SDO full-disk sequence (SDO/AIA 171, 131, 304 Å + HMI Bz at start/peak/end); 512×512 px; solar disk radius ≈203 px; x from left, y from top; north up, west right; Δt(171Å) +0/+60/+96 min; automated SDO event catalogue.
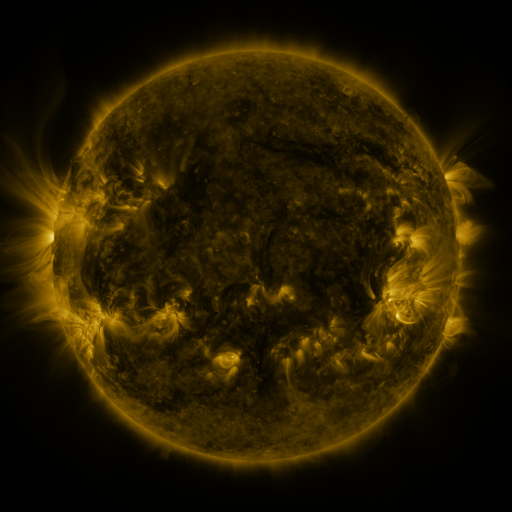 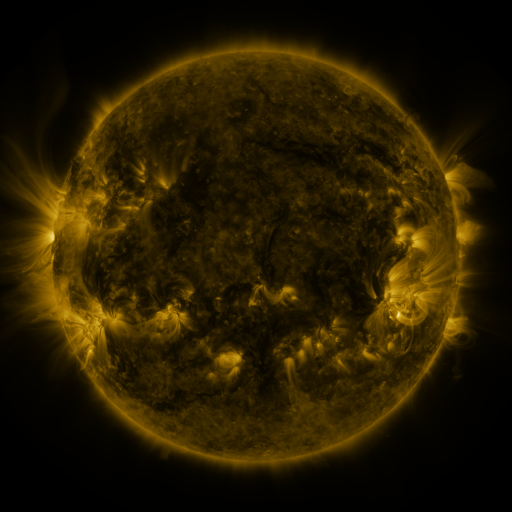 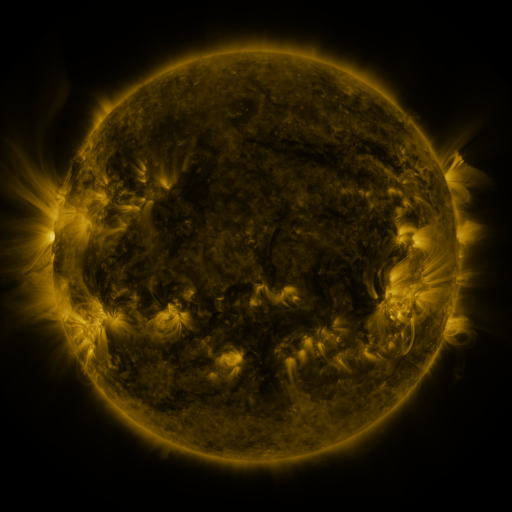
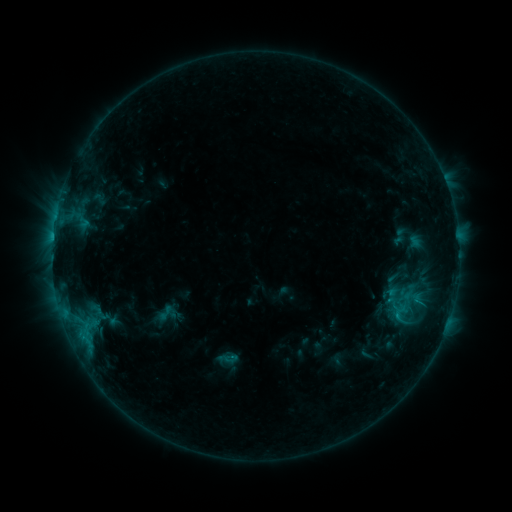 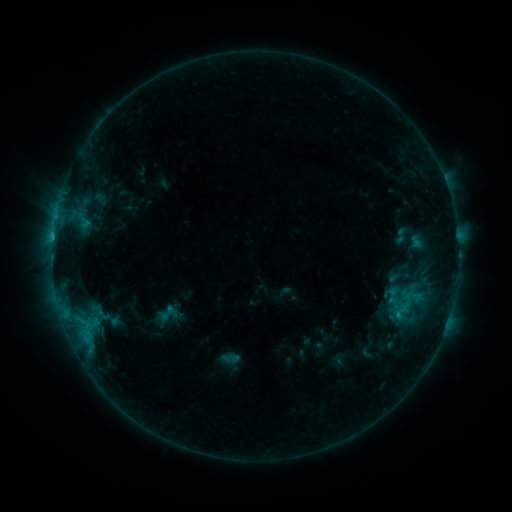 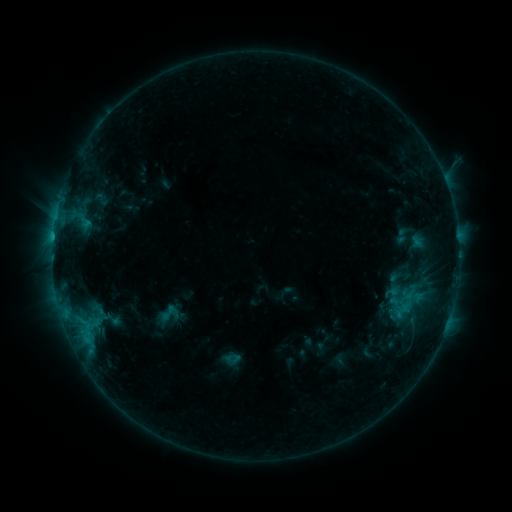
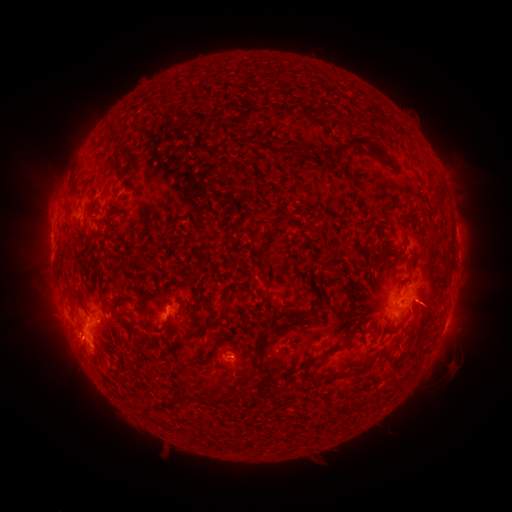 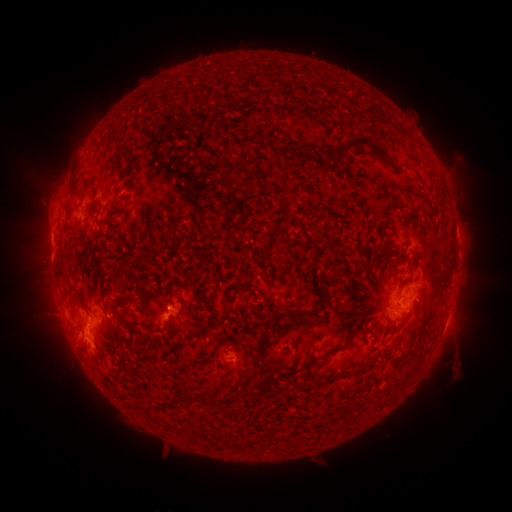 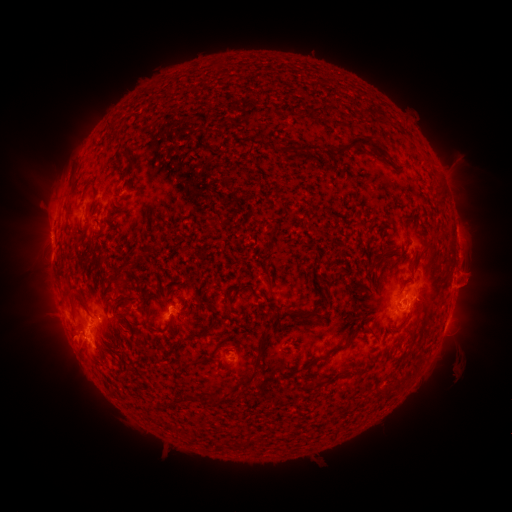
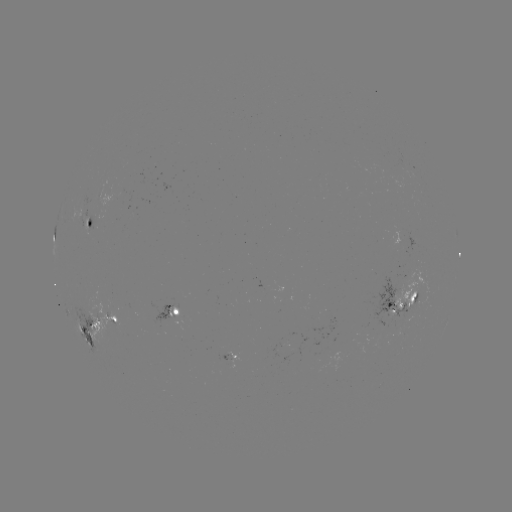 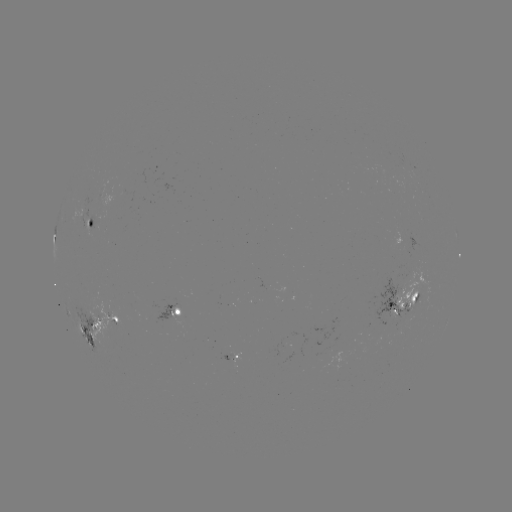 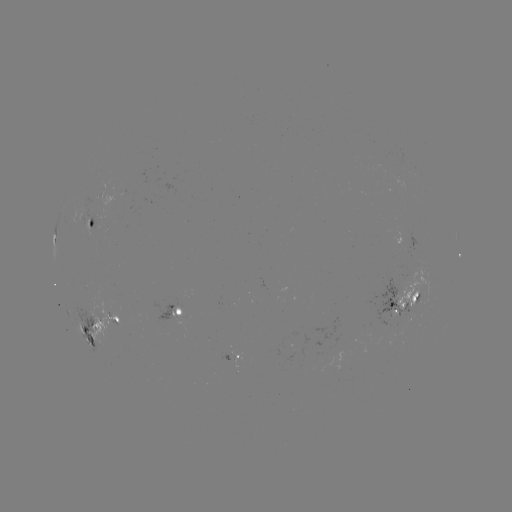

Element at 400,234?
emerging-flux region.